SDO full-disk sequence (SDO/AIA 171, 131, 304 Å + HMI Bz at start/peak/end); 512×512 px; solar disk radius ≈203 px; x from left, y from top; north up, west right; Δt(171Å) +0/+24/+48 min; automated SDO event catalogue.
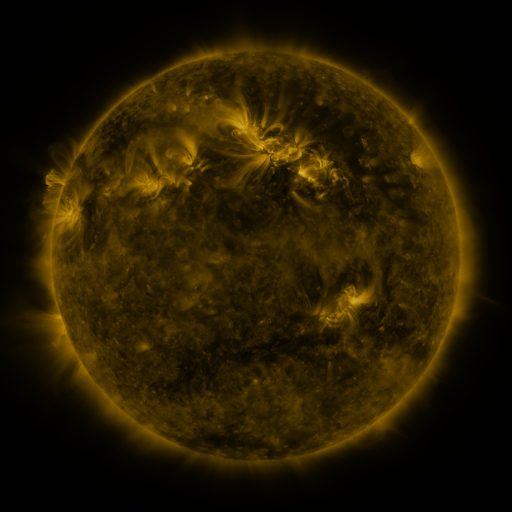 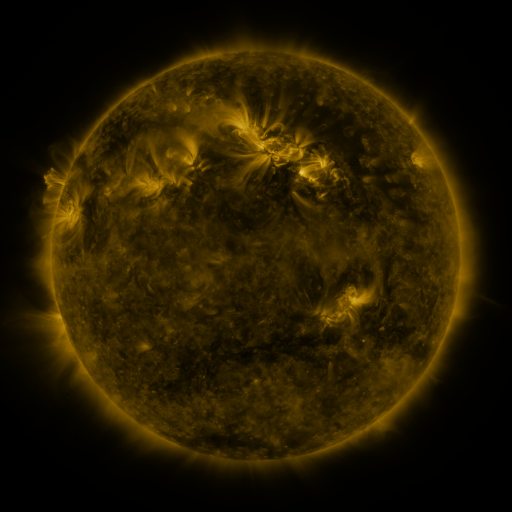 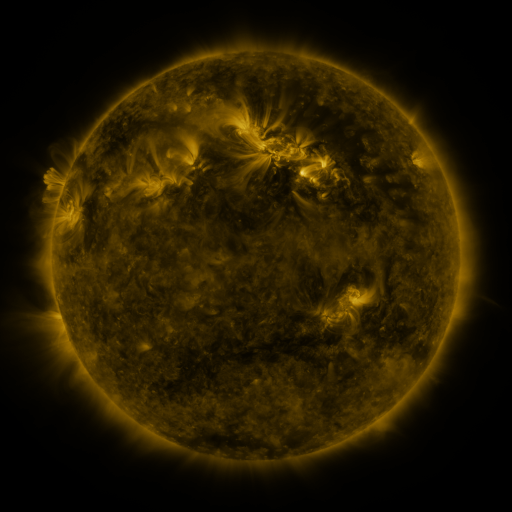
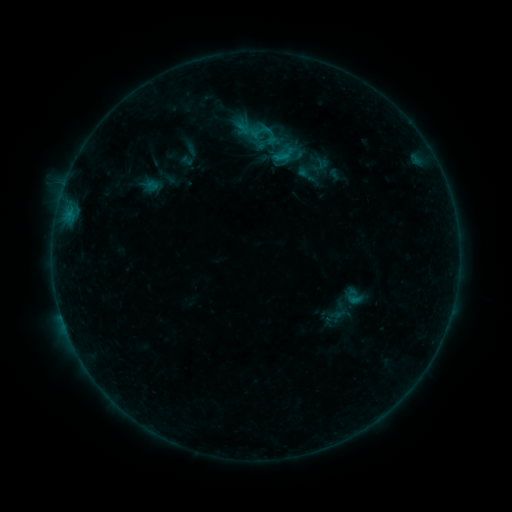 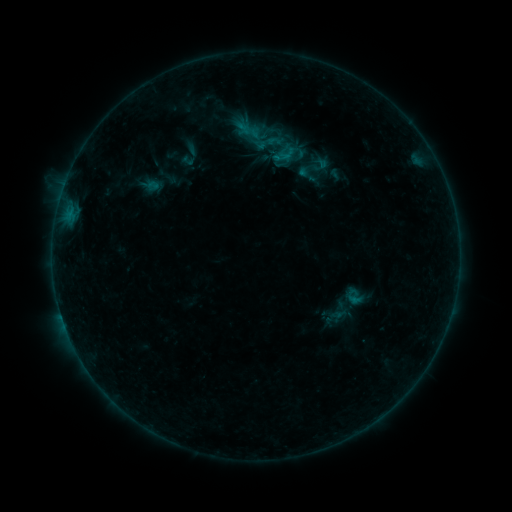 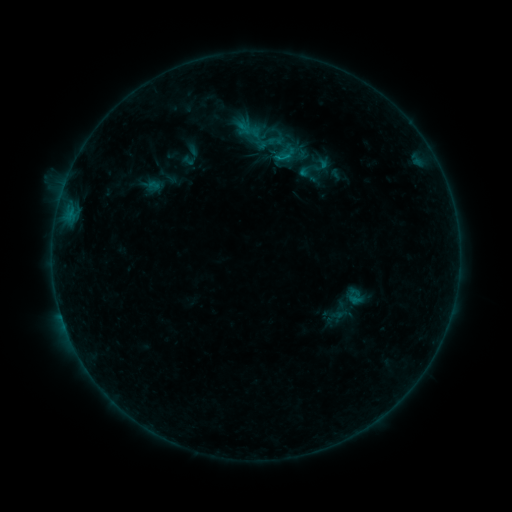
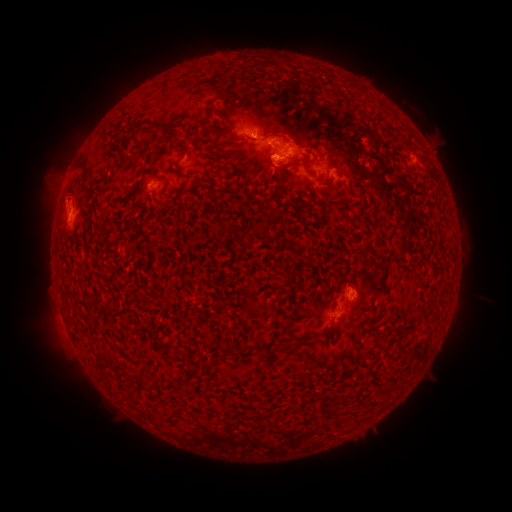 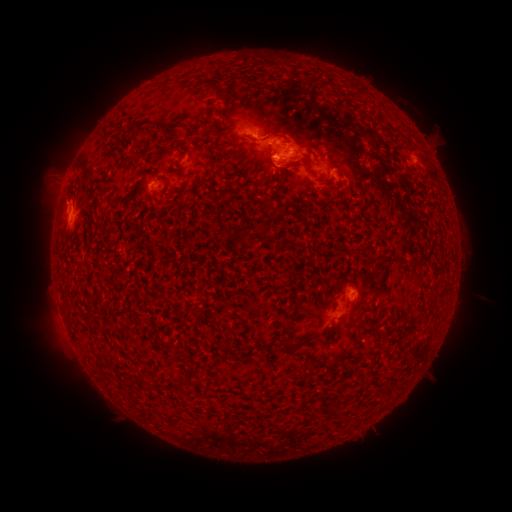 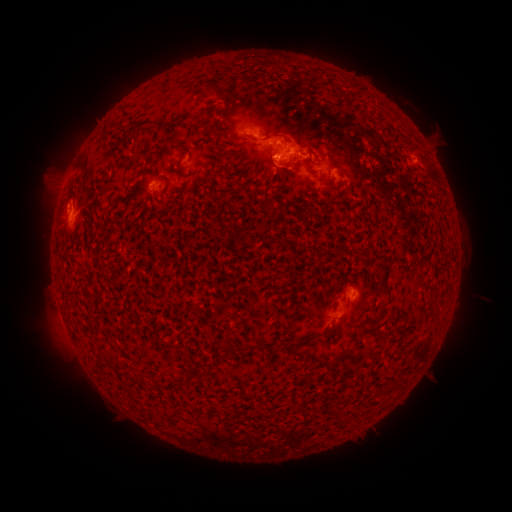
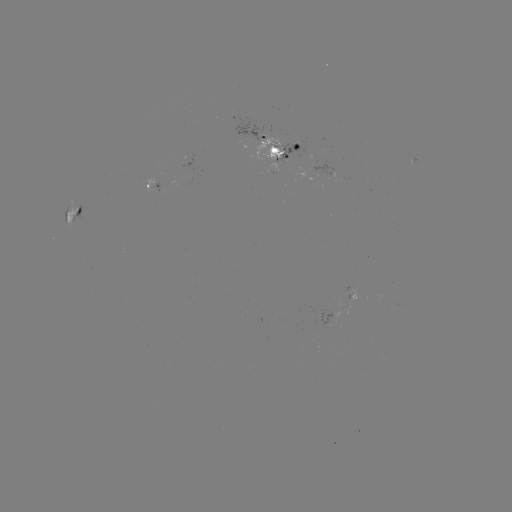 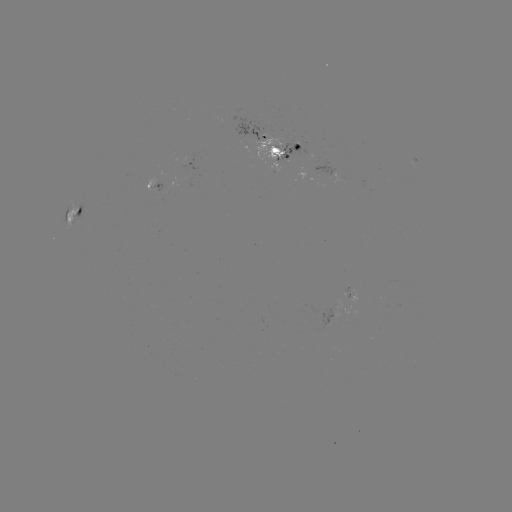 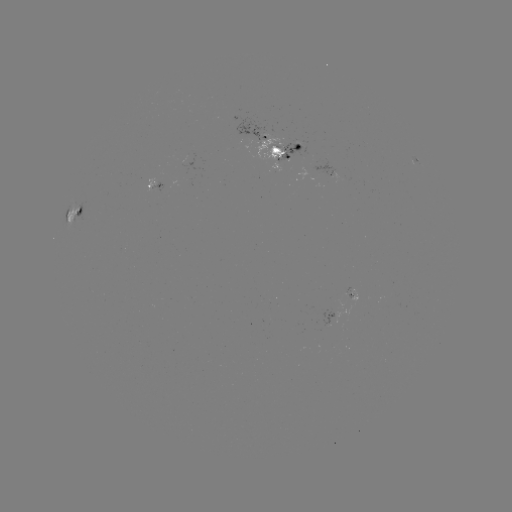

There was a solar emerging-flux region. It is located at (351, 292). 